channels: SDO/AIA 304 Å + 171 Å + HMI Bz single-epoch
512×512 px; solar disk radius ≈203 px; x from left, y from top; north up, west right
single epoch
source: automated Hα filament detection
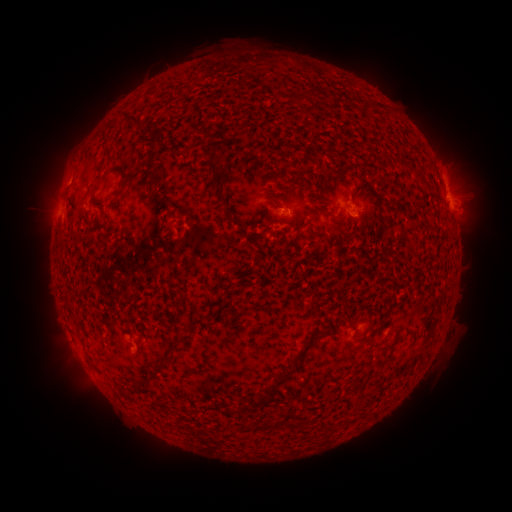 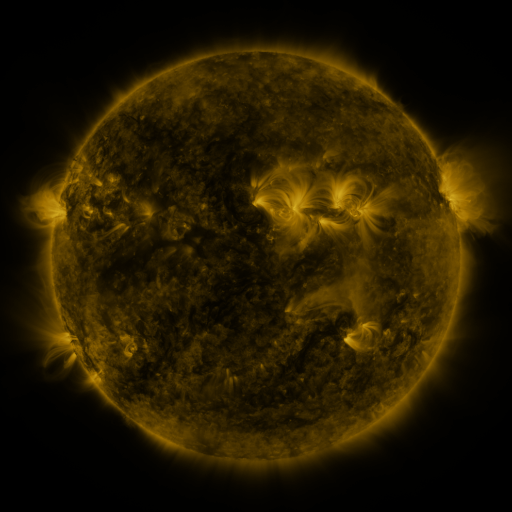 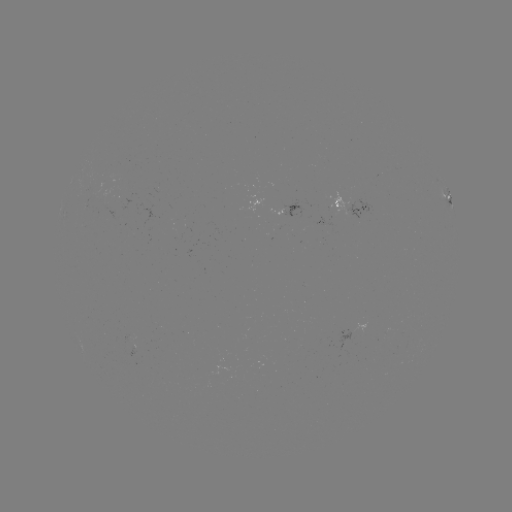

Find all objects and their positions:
filament: [122, 110, 141, 123]
filament: [101, 129, 113, 139]
filament: [157, 129, 166, 137]
filament: [202, 129, 213, 141]
filament: [207, 145, 226, 193]
filament: [269, 199, 280, 208]
filament: [228, 216, 243, 228]
filament: [382, 217, 392, 230]
filament: [165, 336, 184, 355]
filament: [266, 353, 300, 396]
filament: [155, 359, 169, 371]
